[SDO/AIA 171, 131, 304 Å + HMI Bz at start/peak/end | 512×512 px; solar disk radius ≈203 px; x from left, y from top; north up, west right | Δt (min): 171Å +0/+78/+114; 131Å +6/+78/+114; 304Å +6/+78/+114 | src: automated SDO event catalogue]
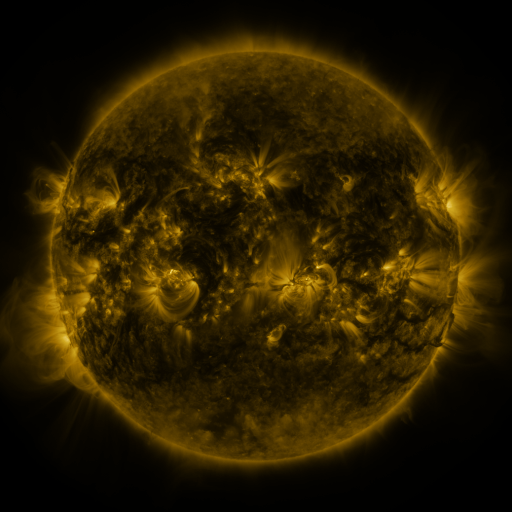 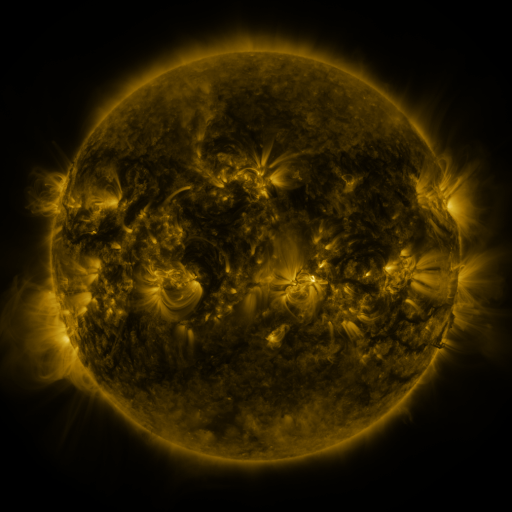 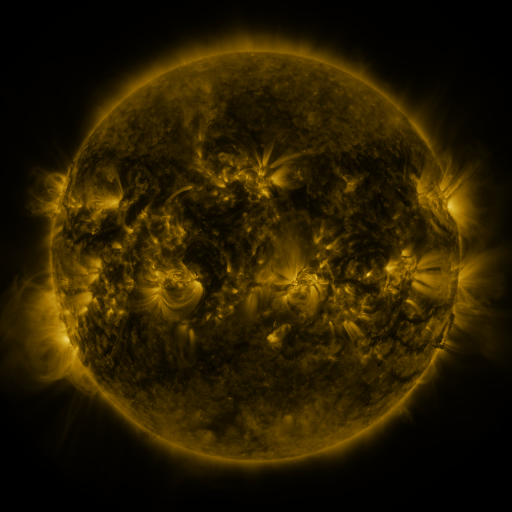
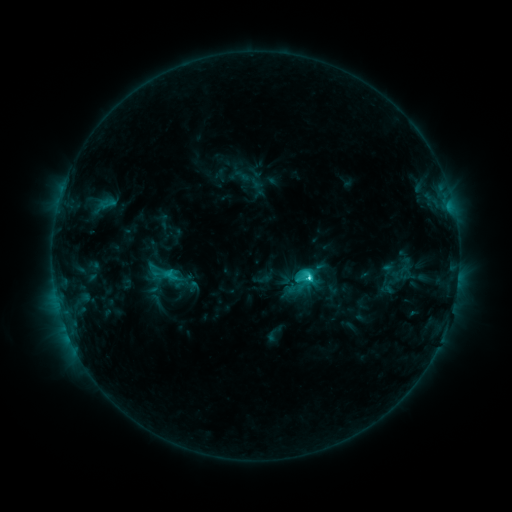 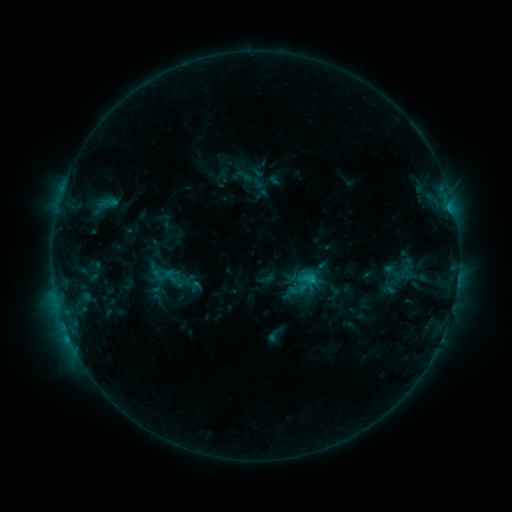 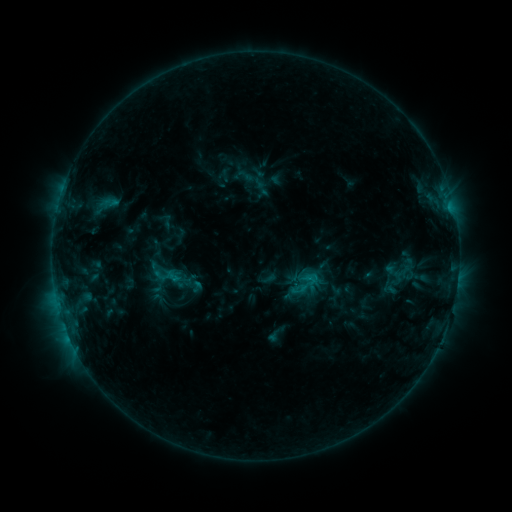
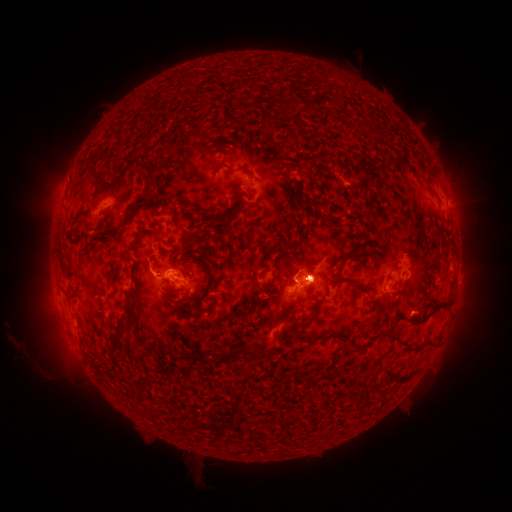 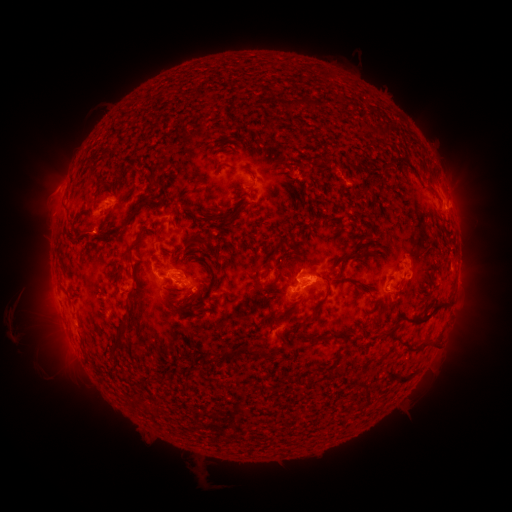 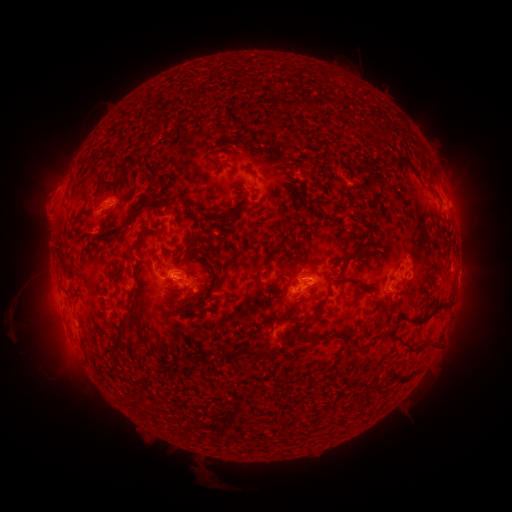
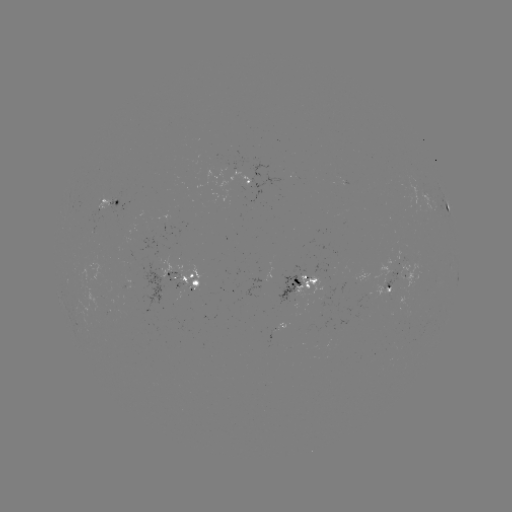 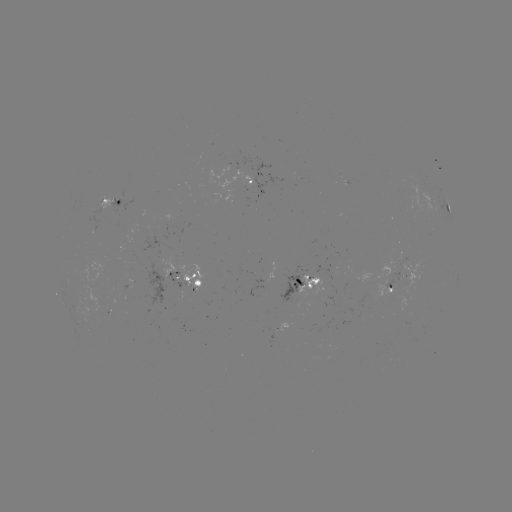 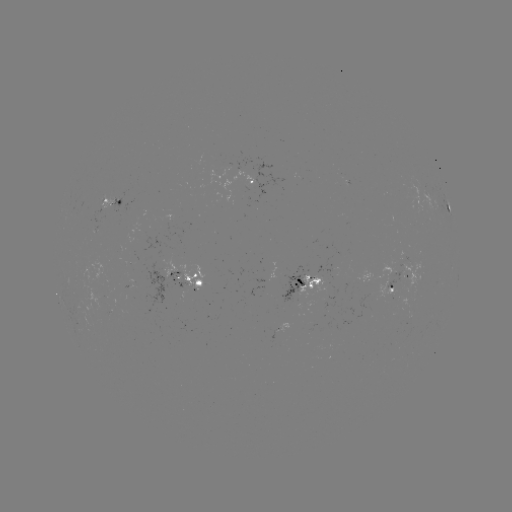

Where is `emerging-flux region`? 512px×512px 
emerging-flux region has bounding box [121, 281, 132, 288].